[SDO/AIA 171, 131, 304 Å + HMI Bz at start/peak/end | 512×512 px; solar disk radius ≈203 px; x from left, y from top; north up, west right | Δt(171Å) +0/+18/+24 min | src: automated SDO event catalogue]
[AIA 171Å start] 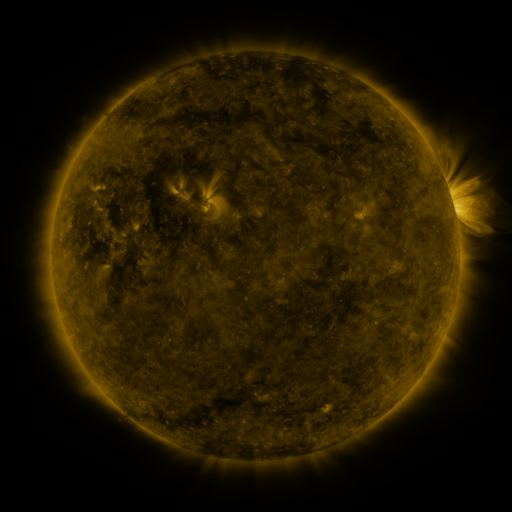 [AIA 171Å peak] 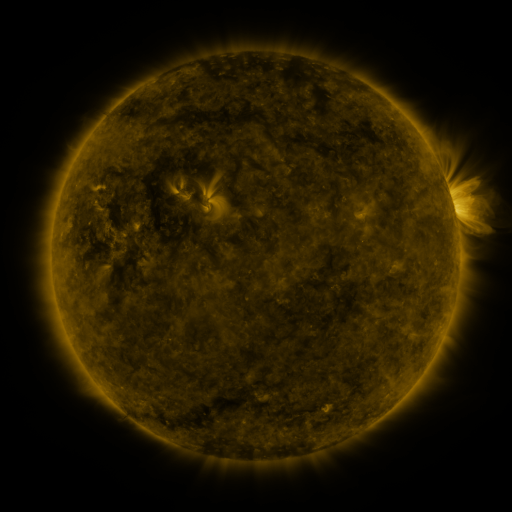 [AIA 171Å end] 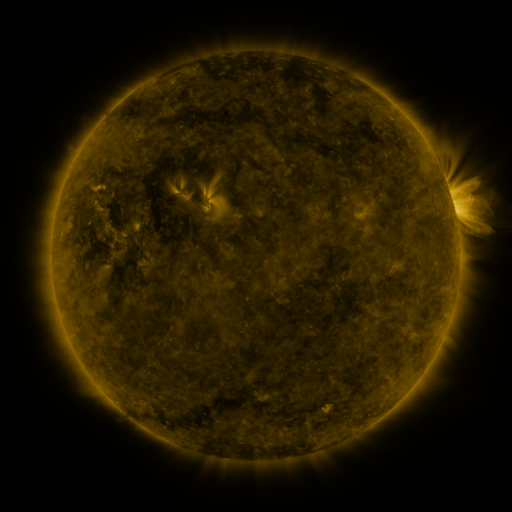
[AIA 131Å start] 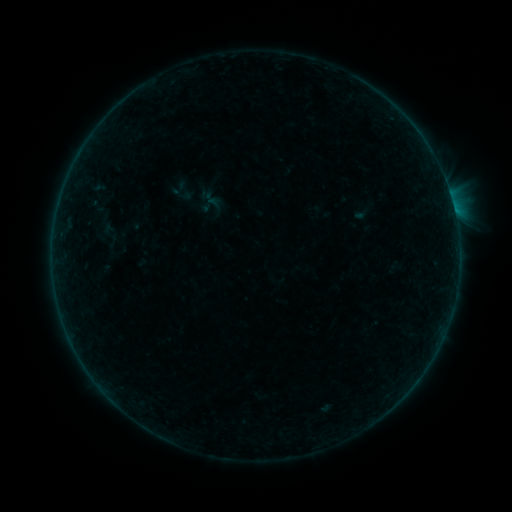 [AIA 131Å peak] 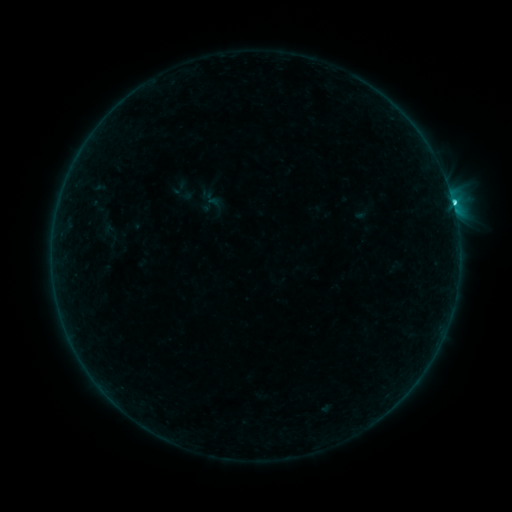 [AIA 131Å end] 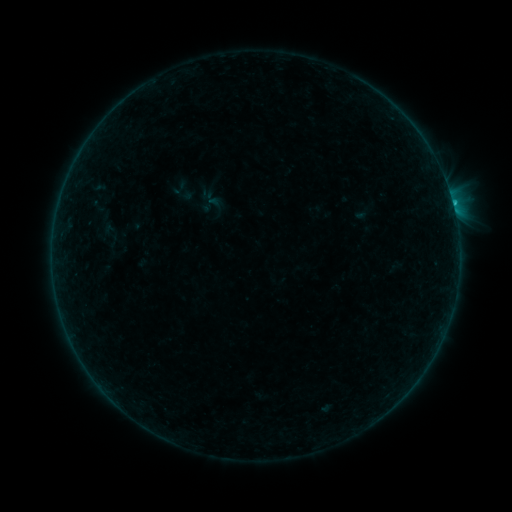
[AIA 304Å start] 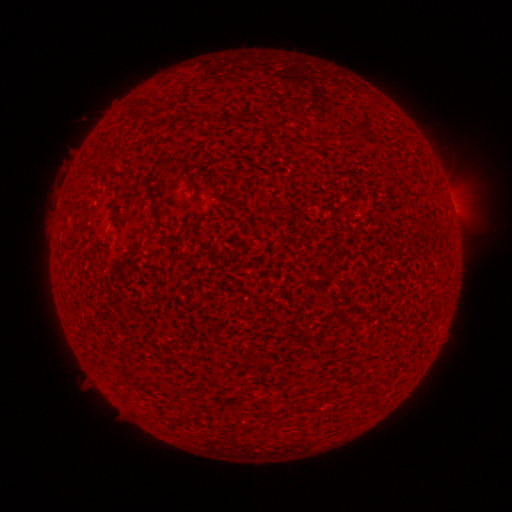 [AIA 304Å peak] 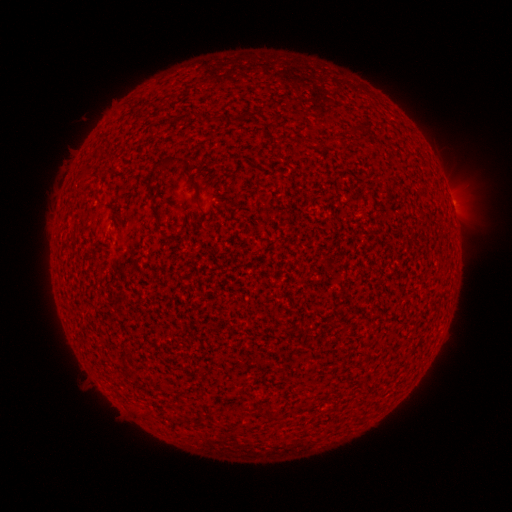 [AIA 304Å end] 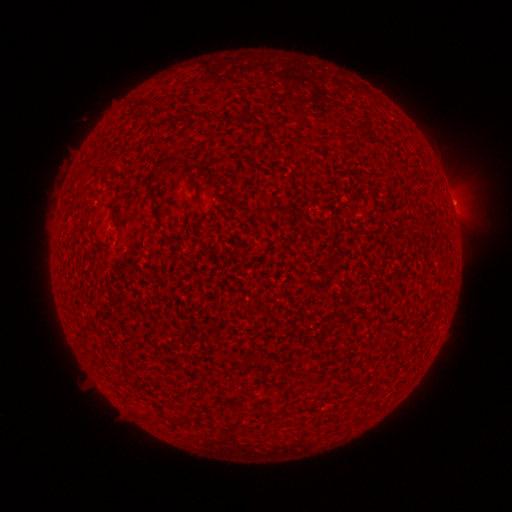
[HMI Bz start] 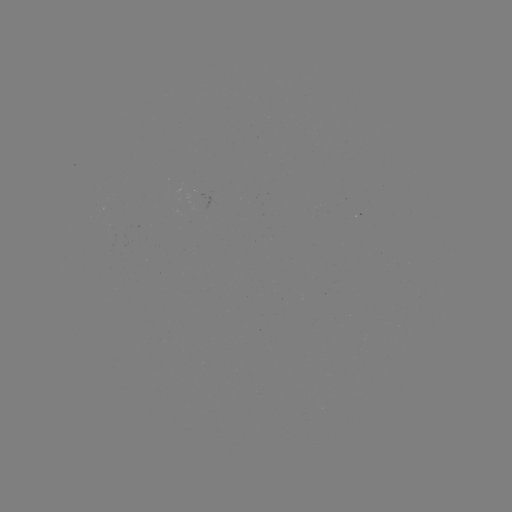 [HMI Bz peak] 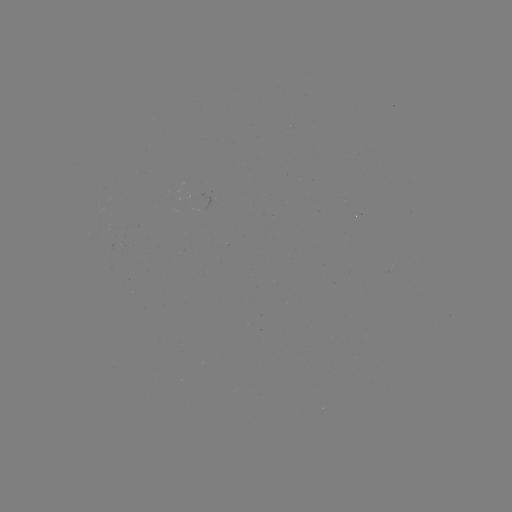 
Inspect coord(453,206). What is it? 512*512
C1.0 flare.